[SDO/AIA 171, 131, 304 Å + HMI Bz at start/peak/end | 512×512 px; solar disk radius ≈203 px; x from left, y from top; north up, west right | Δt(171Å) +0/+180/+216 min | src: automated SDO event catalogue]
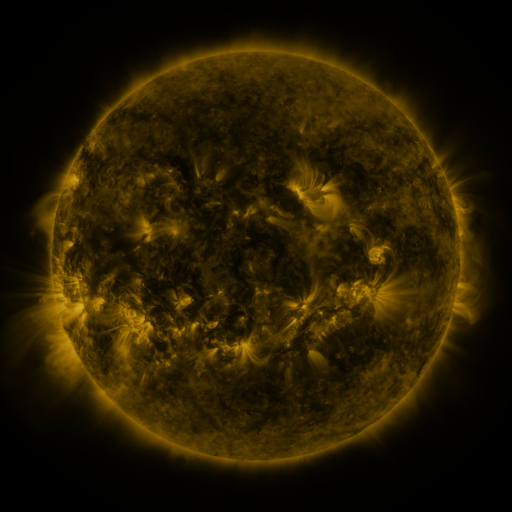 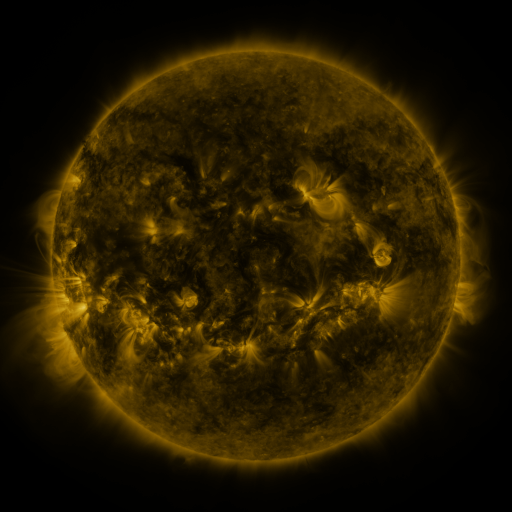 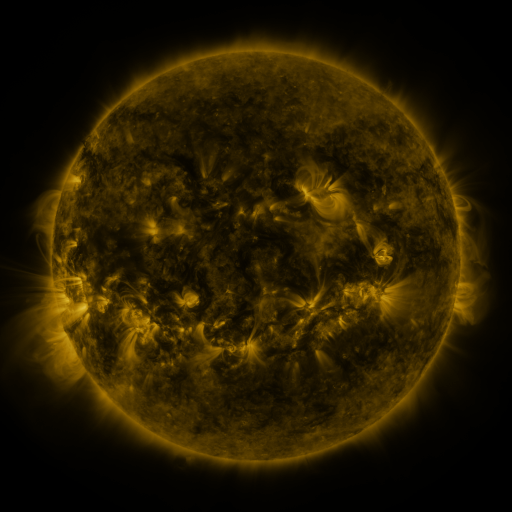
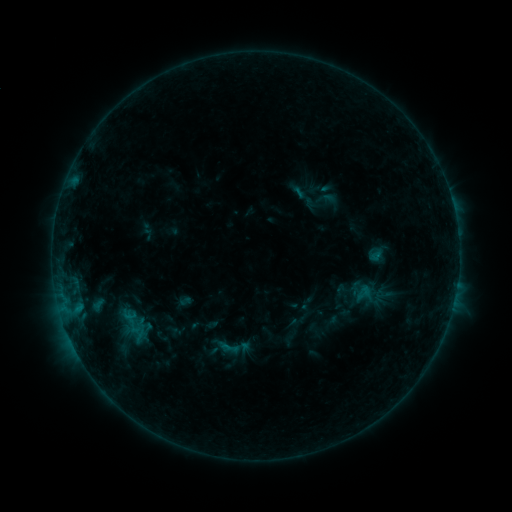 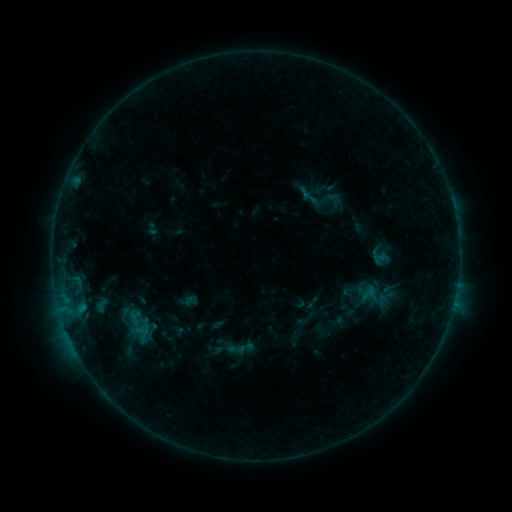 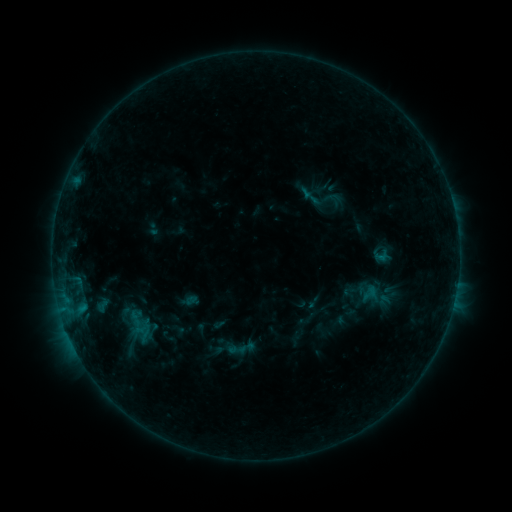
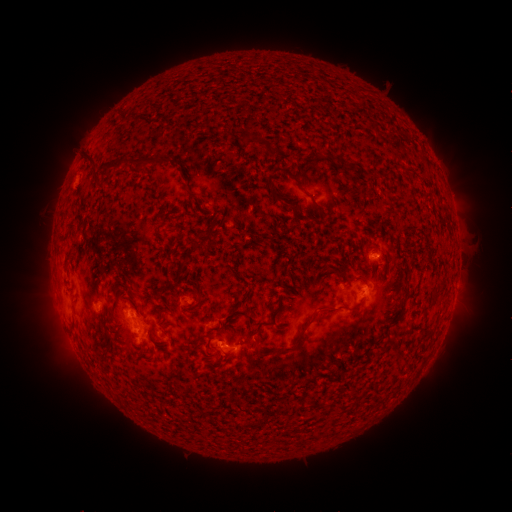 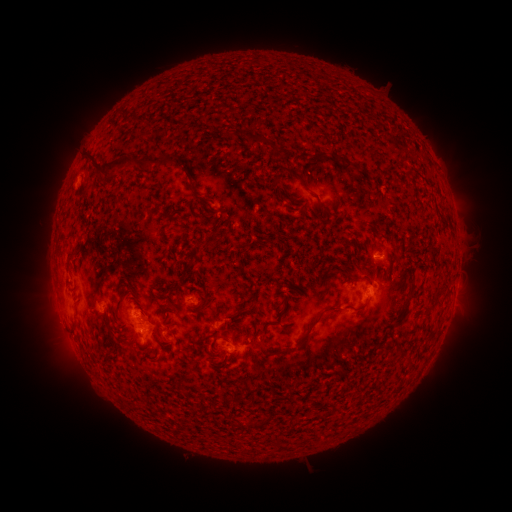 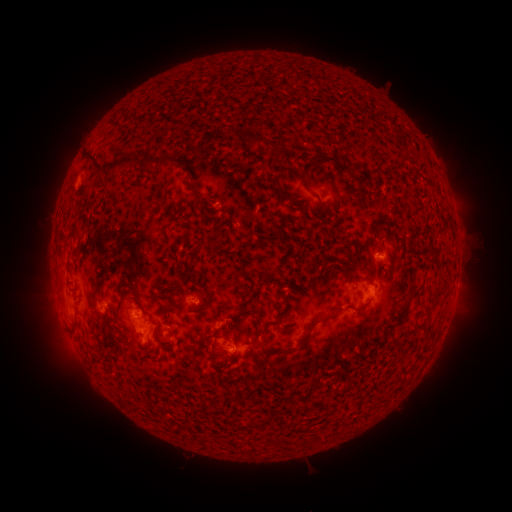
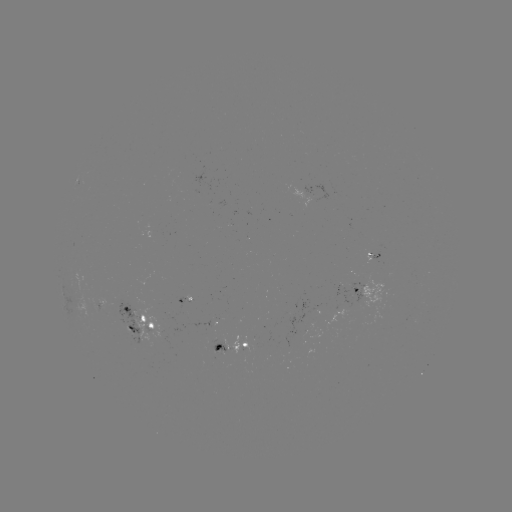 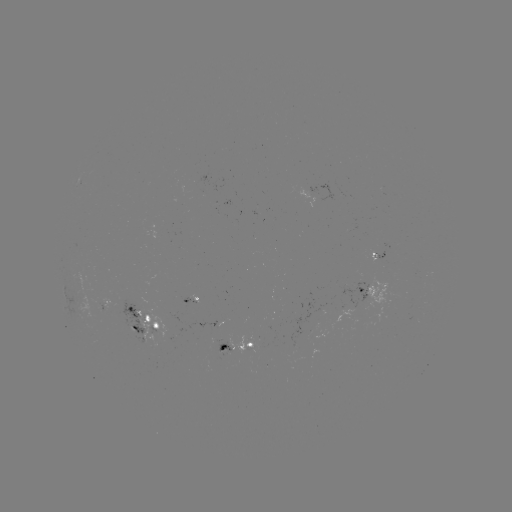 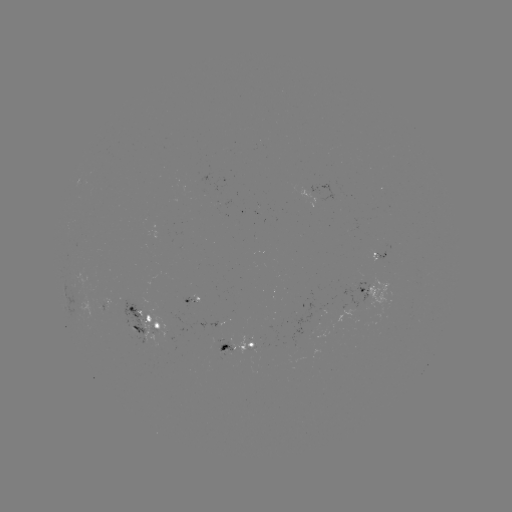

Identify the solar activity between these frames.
emerging-flux region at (226, 350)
